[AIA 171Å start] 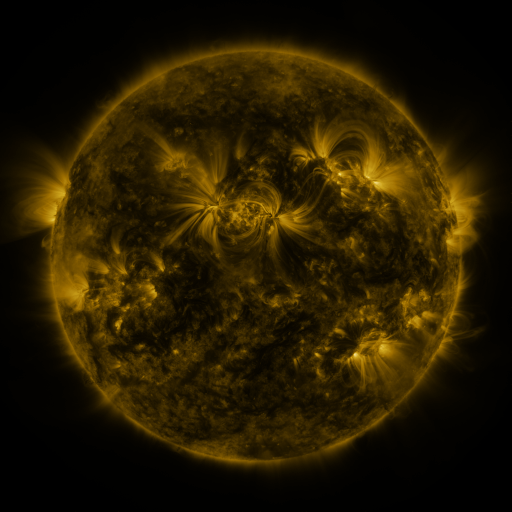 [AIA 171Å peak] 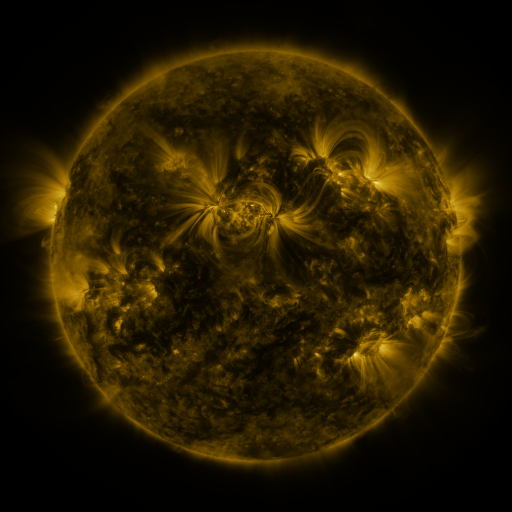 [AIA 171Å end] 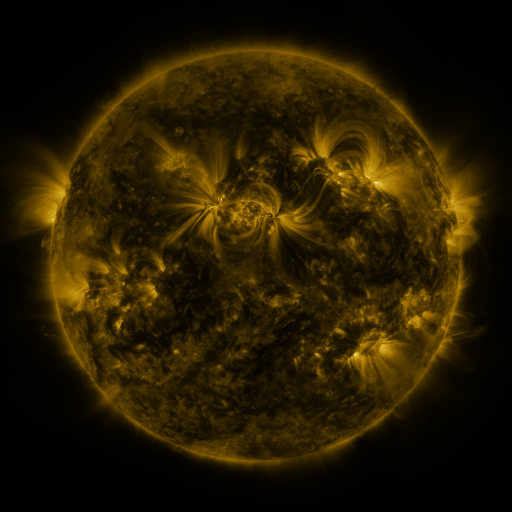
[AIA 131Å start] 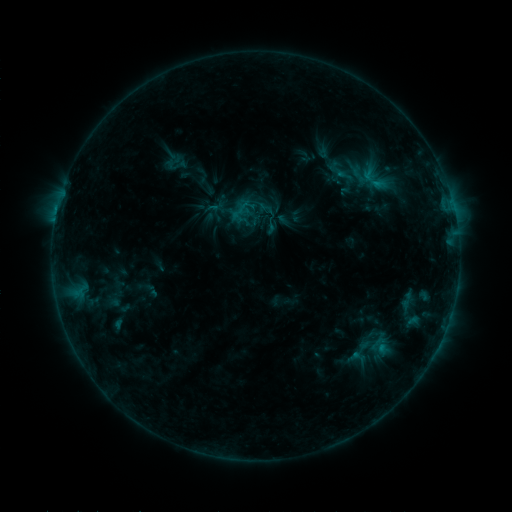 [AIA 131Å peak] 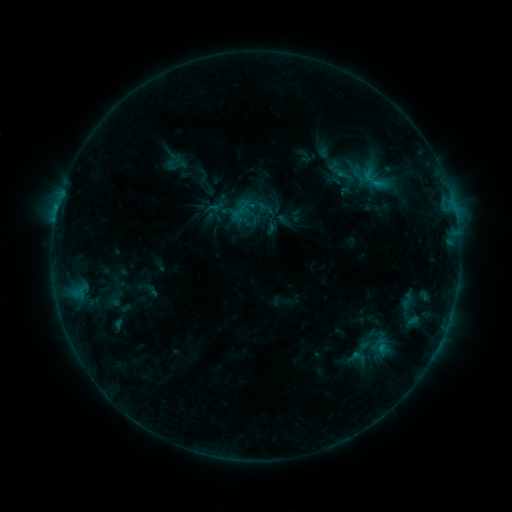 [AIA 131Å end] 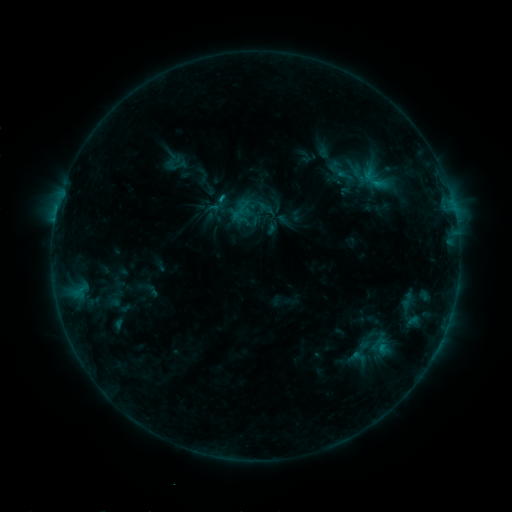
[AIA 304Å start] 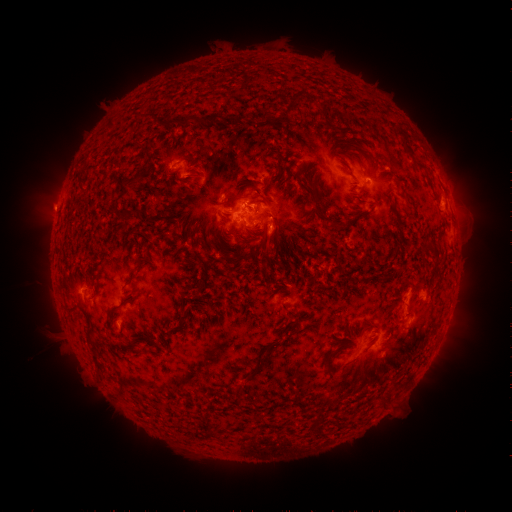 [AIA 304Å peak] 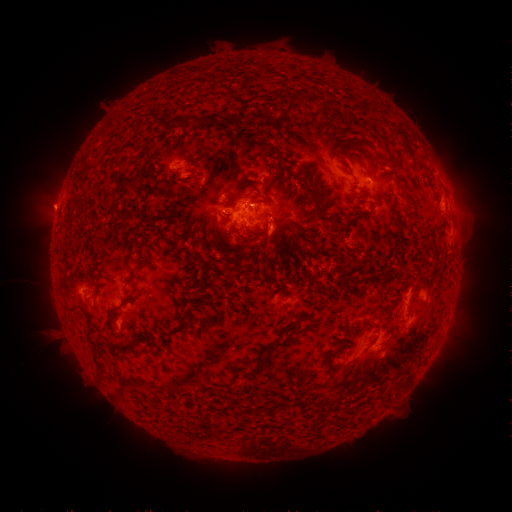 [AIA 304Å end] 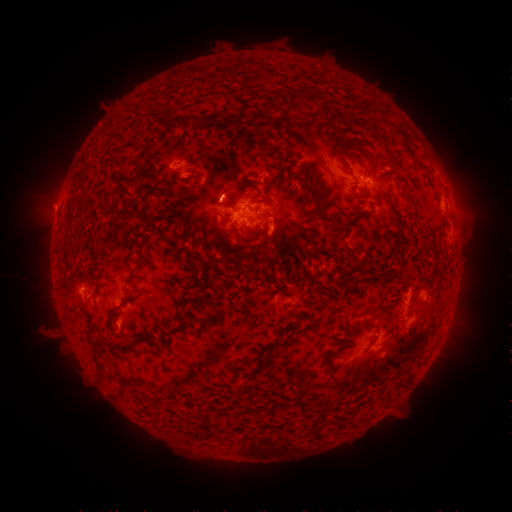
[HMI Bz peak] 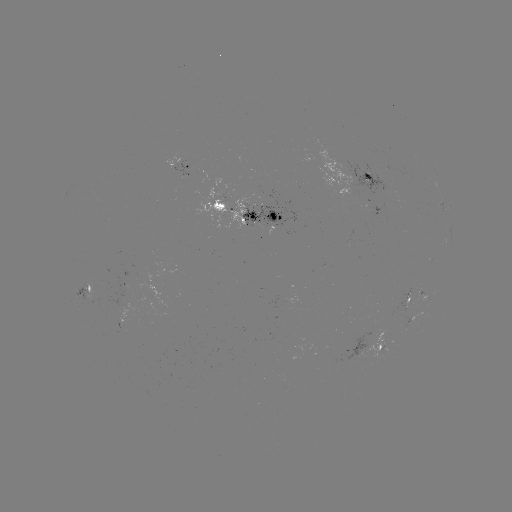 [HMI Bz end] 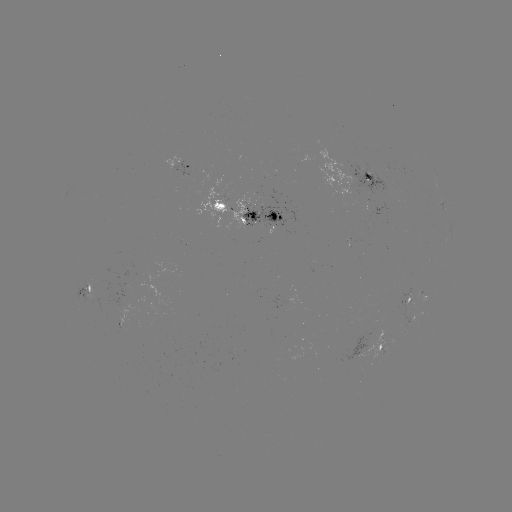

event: eruption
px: (51, 334)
